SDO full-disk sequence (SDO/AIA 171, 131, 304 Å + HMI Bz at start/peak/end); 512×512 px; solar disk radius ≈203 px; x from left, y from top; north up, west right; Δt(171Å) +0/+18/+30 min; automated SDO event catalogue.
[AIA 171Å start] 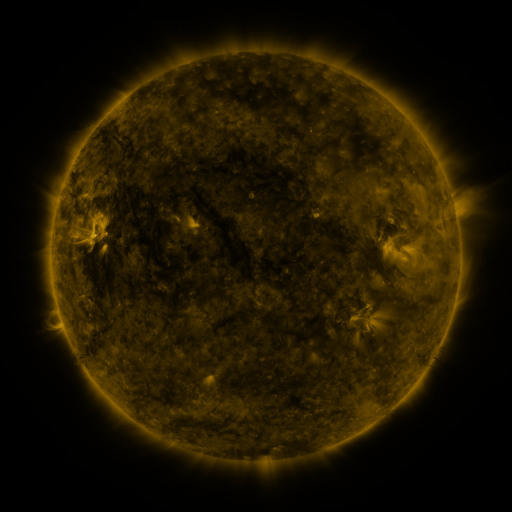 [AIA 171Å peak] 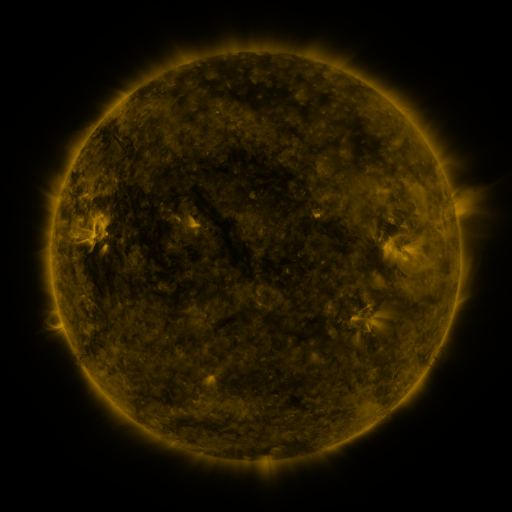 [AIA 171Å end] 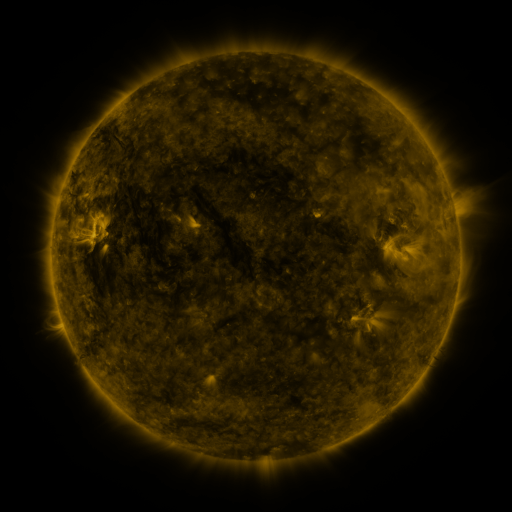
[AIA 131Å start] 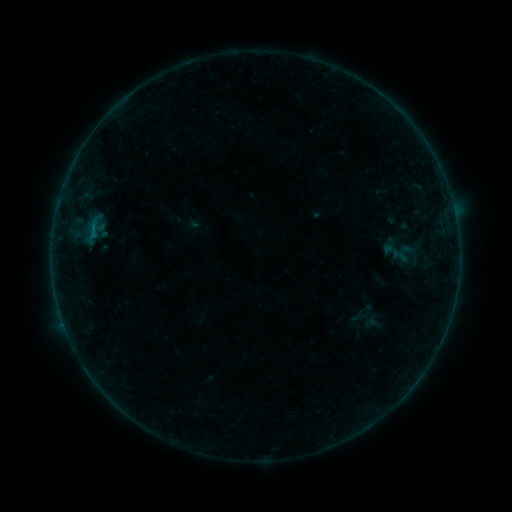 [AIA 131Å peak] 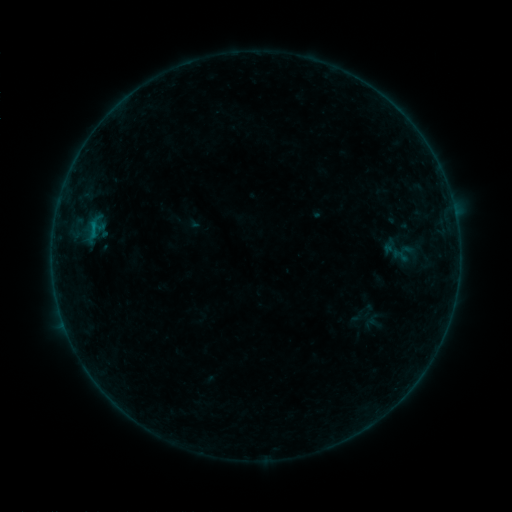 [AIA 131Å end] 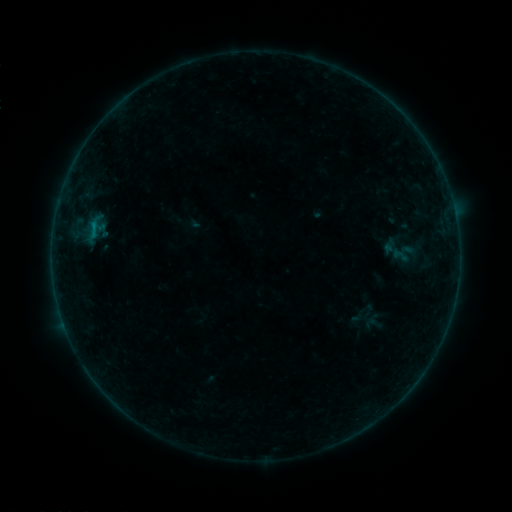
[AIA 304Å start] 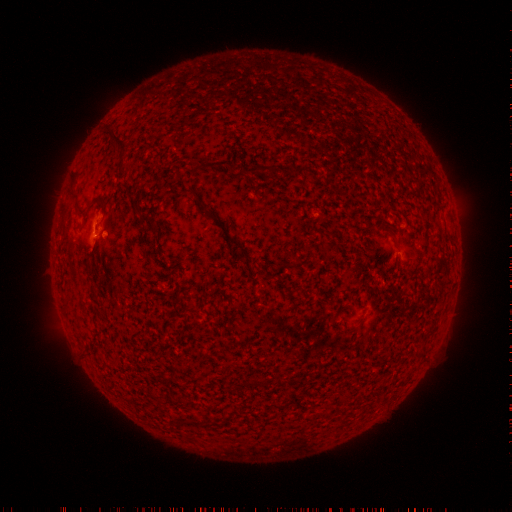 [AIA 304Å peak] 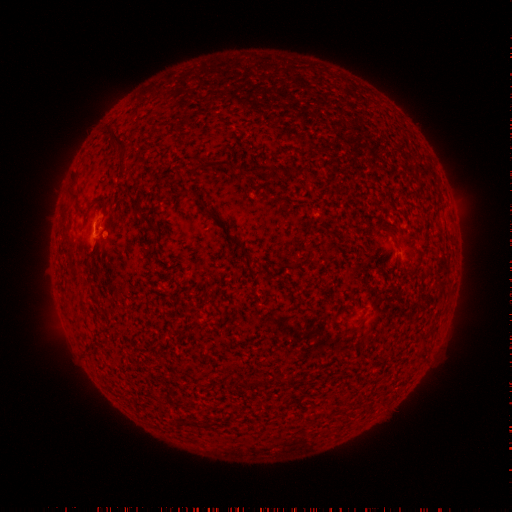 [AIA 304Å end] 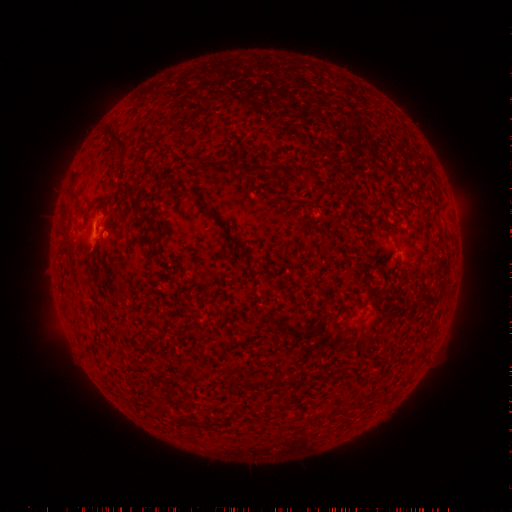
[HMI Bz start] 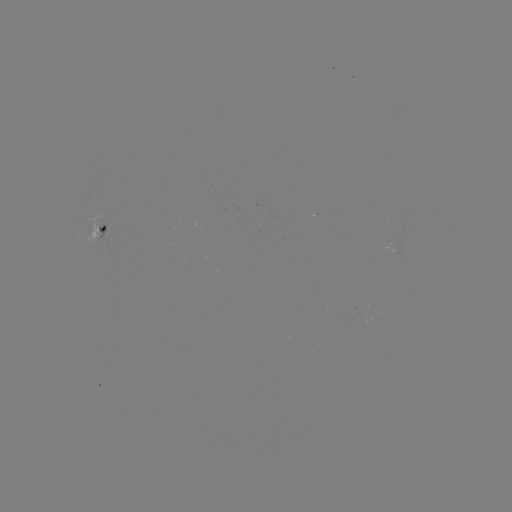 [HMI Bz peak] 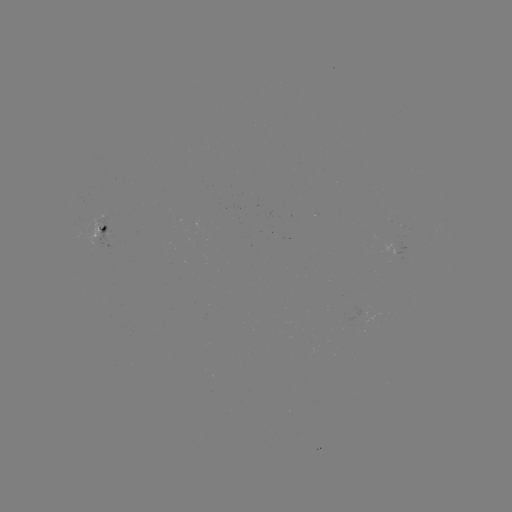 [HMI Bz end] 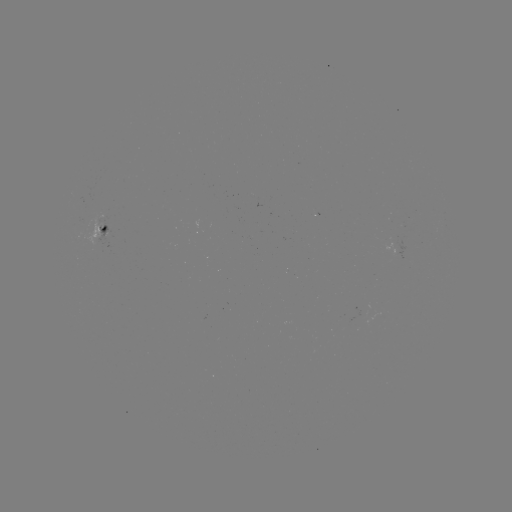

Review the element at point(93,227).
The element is B2.5 flare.